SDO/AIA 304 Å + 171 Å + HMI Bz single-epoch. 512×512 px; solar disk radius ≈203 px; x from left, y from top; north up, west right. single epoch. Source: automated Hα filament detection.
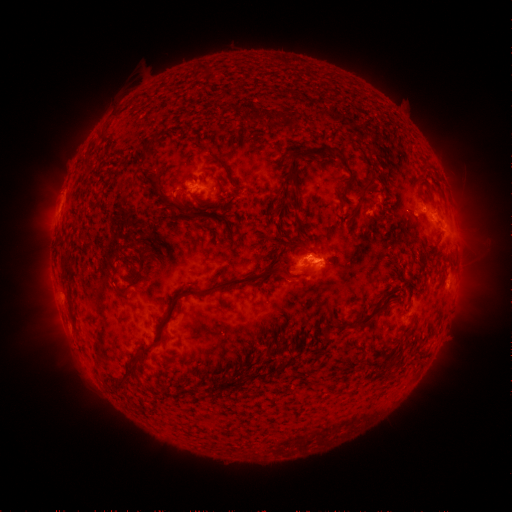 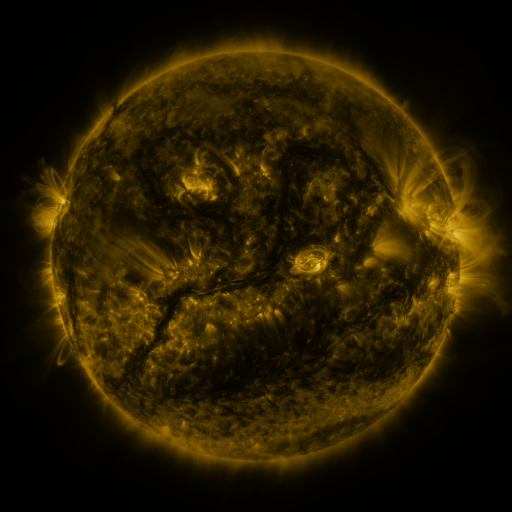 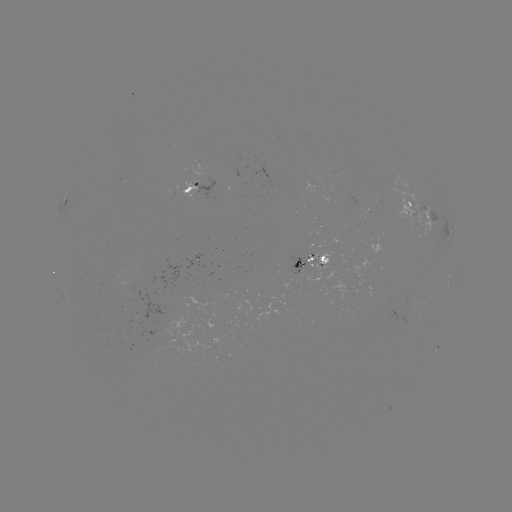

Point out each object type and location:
filament: [266, 112, 282, 125]
filament: [140, 136, 157, 164]
filament: [315, 146, 344, 161]
filament: [286, 157, 299, 192]
filament: [203, 167, 214, 176]
filament: [343, 168, 354, 189]
filament: [350, 172, 377, 225]
filament: [167, 199, 187, 217]
filament: [287, 202, 294, 212]
filament: [272, 211, 279, 220]
filament: [59, 253, 72, 276]
filament: [162, 265, 300, 323]
filament: [353, 306, 386, 330]
filament: [138, 327, 163, 353]
filament: [109, 367, 133, 392]
